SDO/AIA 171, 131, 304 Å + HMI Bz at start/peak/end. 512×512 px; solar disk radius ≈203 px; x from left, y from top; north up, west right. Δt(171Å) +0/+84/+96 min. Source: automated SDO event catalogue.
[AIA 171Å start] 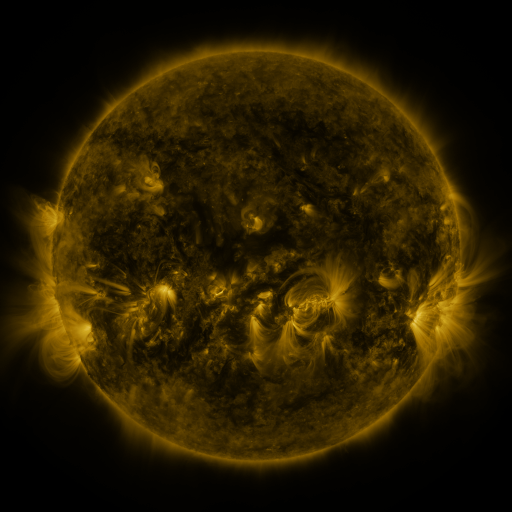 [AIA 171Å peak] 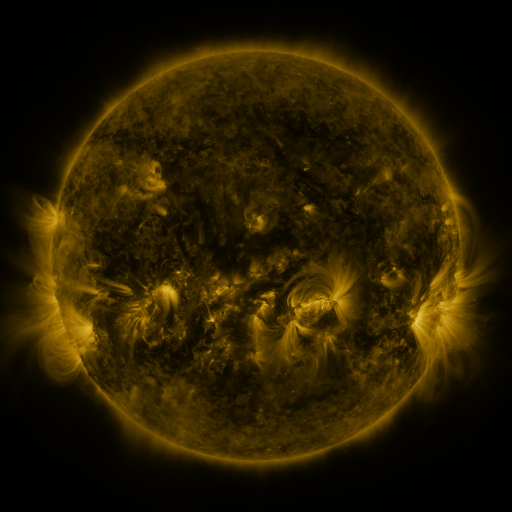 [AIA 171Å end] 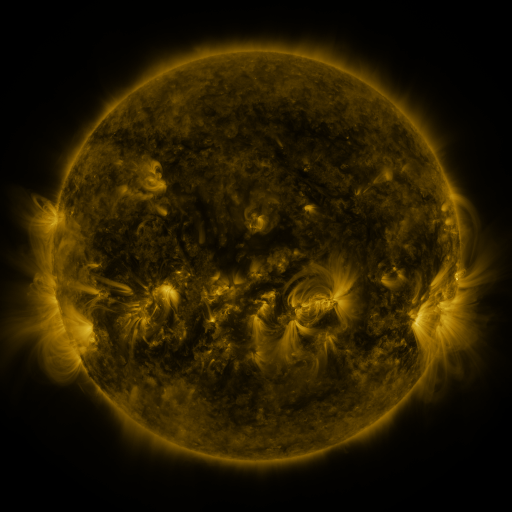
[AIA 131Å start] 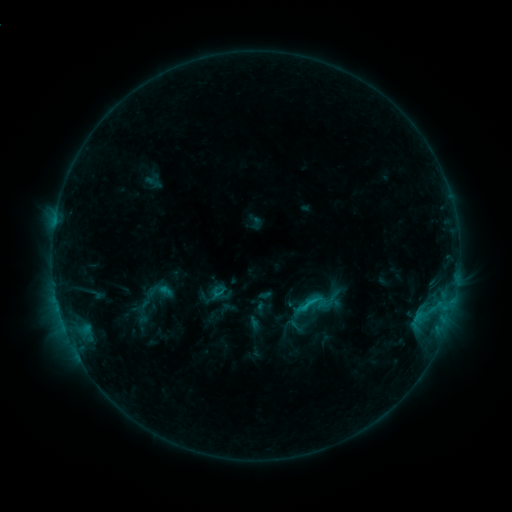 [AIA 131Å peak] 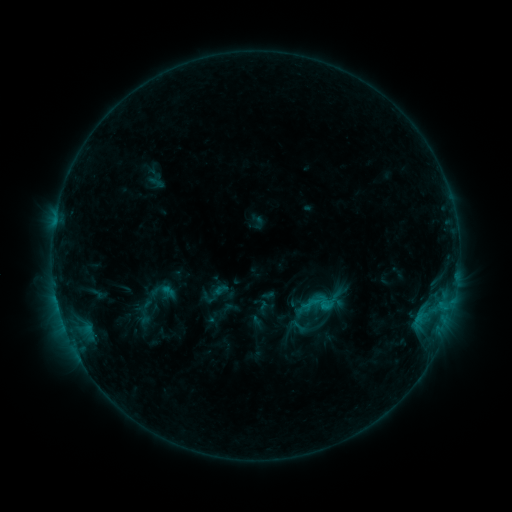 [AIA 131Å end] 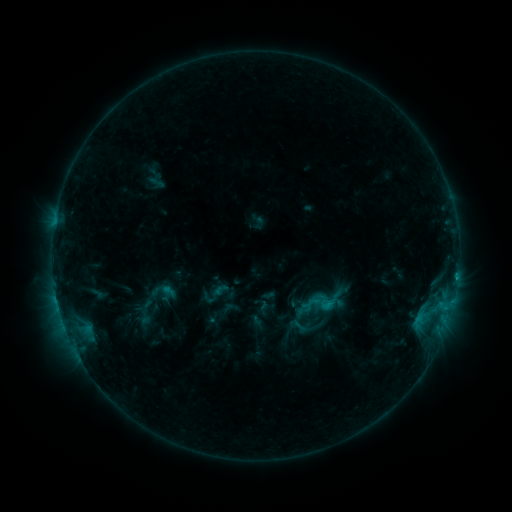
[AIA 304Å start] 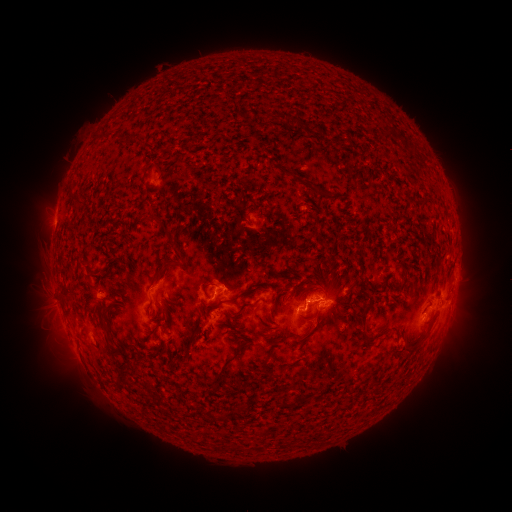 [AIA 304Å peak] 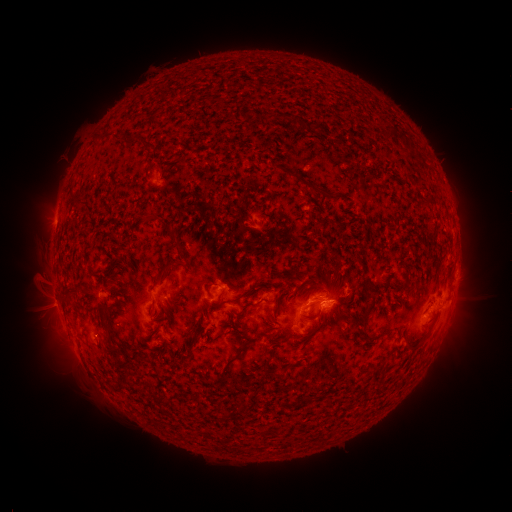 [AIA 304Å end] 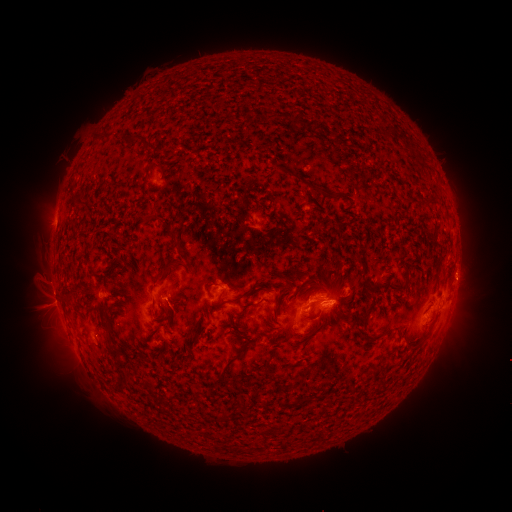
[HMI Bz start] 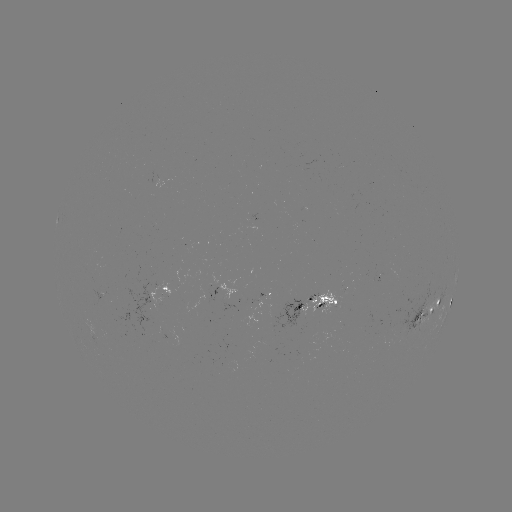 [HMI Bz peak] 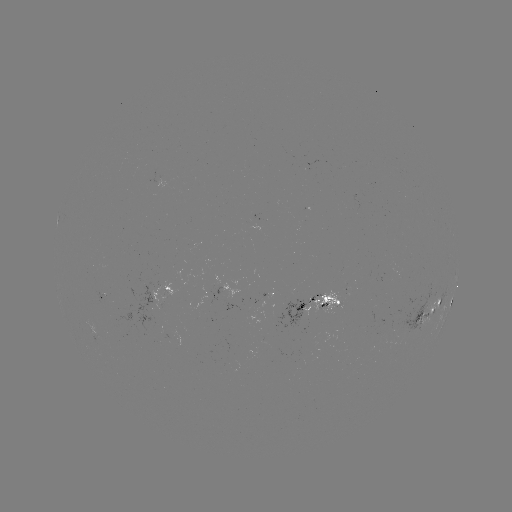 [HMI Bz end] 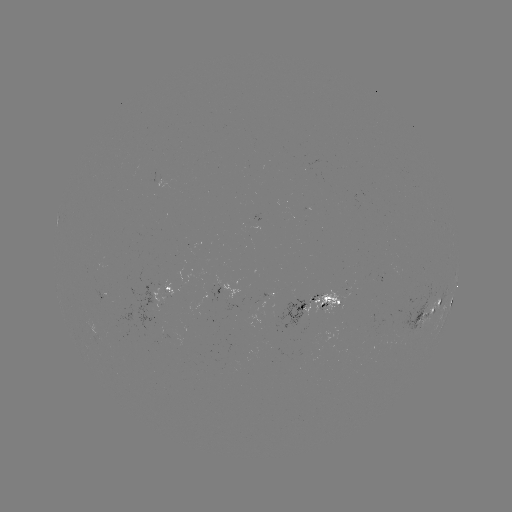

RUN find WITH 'emerging-flux region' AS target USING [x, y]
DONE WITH [345, 295] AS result